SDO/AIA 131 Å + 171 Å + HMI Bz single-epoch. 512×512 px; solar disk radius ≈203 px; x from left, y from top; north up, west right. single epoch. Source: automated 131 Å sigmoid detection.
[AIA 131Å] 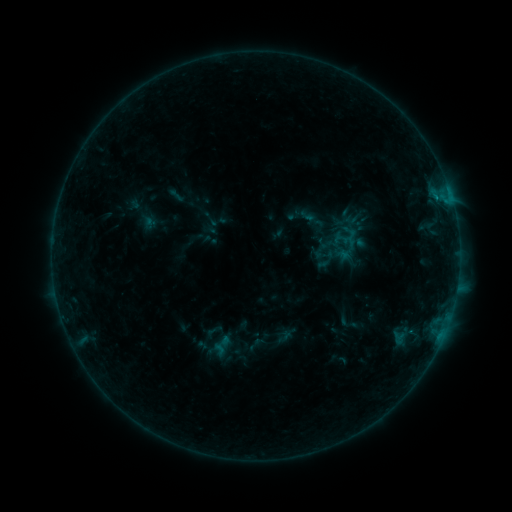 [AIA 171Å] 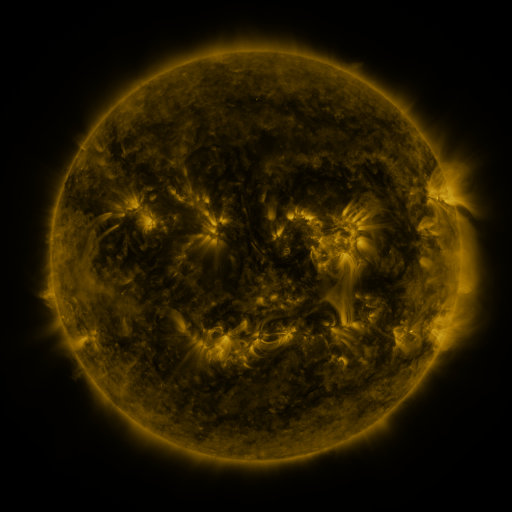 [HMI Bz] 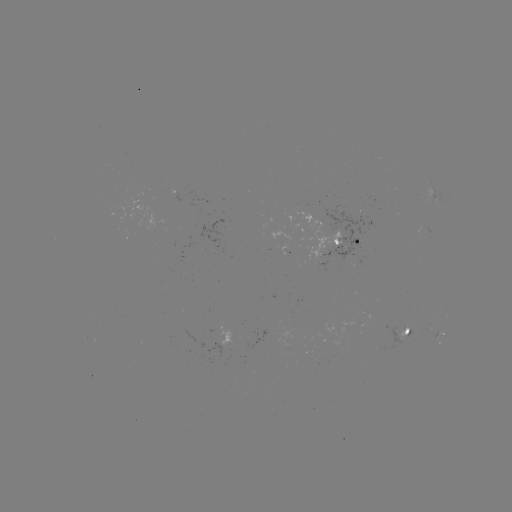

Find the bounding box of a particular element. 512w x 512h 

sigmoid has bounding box [339, 314, 356, 331].